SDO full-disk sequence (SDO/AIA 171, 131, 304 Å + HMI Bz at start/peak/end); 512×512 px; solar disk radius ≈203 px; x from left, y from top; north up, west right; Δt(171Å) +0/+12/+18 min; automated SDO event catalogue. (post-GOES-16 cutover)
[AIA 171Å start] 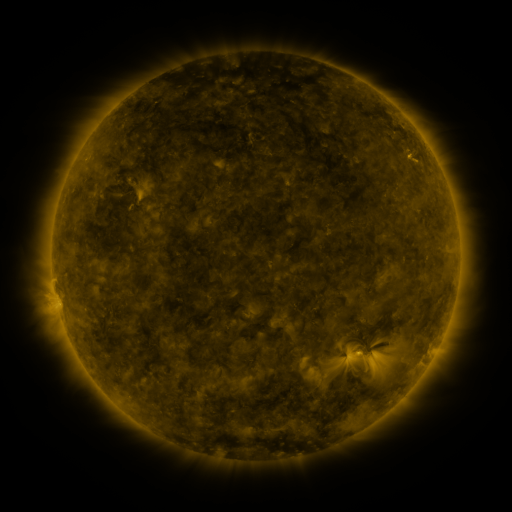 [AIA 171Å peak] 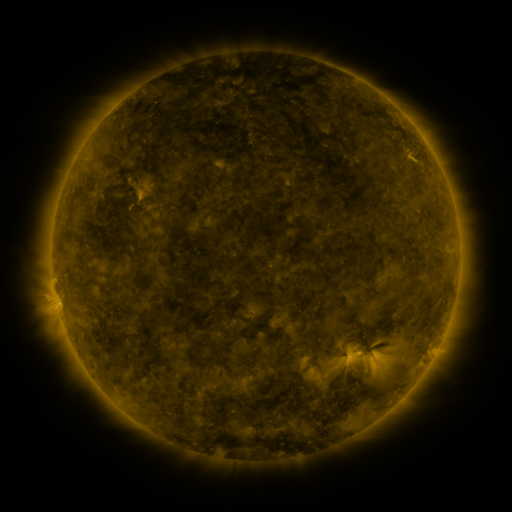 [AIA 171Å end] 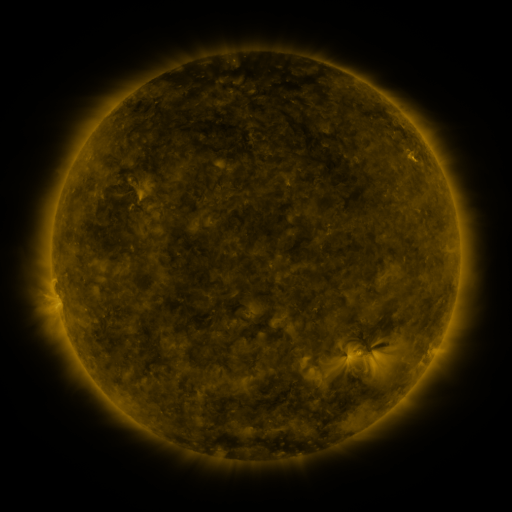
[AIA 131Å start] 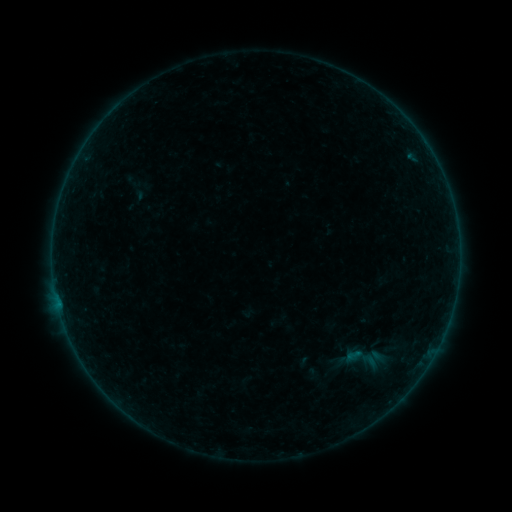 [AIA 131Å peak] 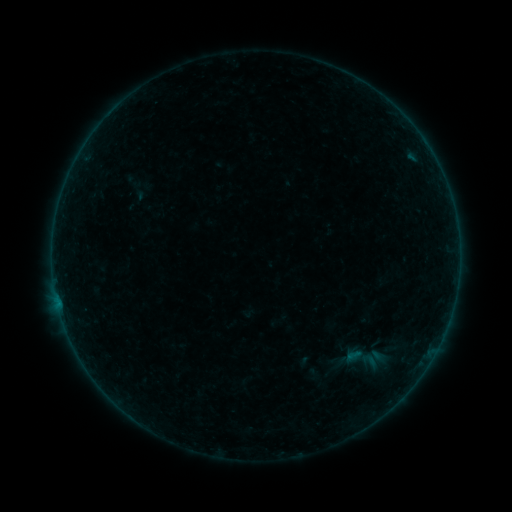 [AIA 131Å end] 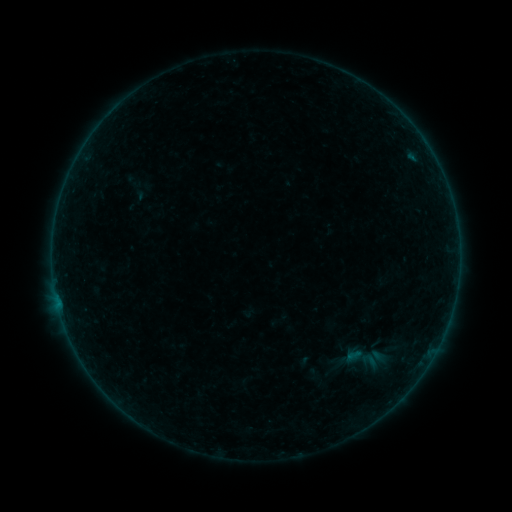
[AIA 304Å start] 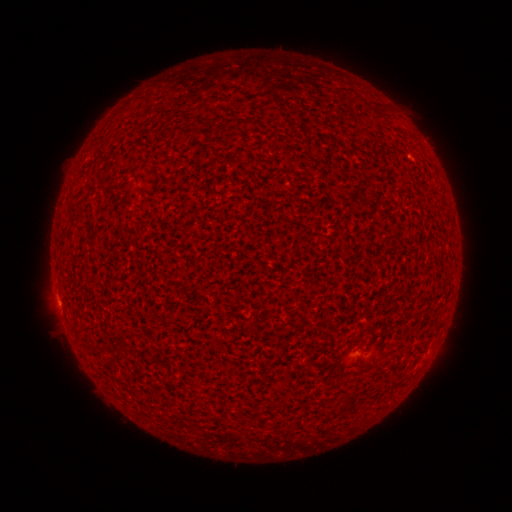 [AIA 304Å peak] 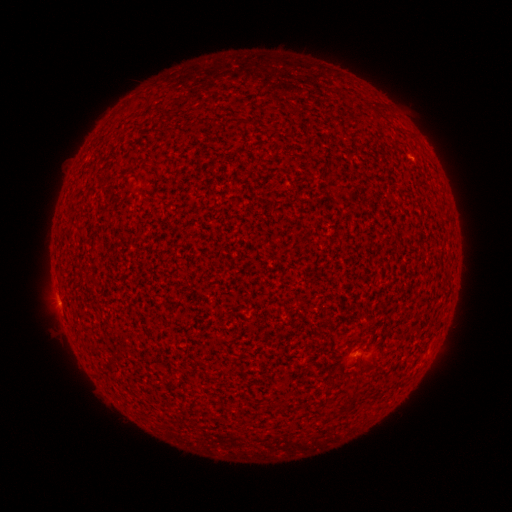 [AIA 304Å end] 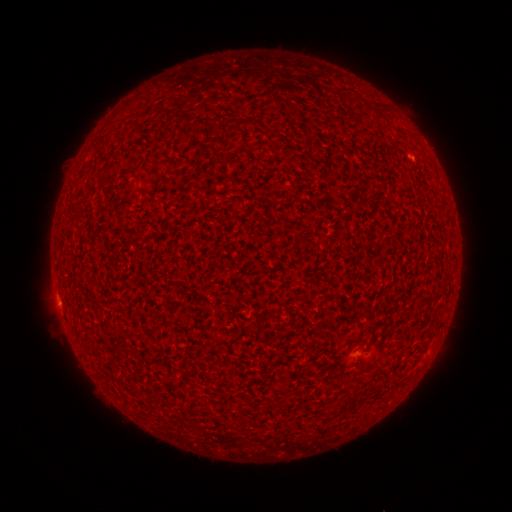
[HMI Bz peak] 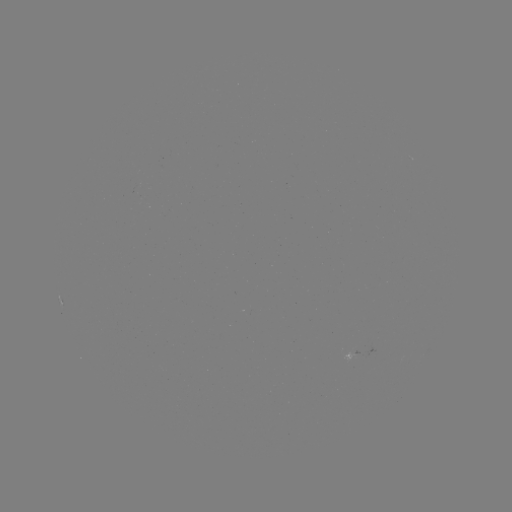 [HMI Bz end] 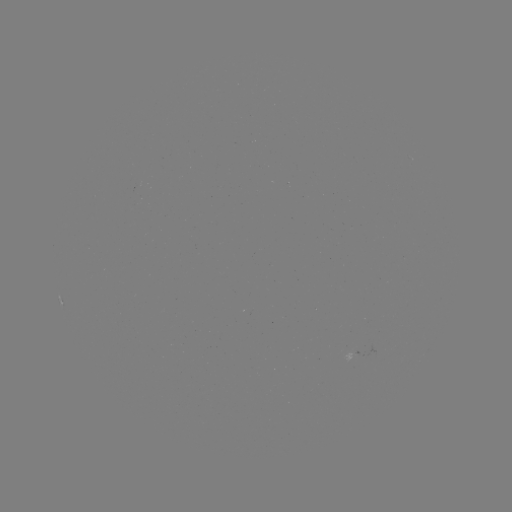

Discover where A7.5 flare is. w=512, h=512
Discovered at (57, 298).